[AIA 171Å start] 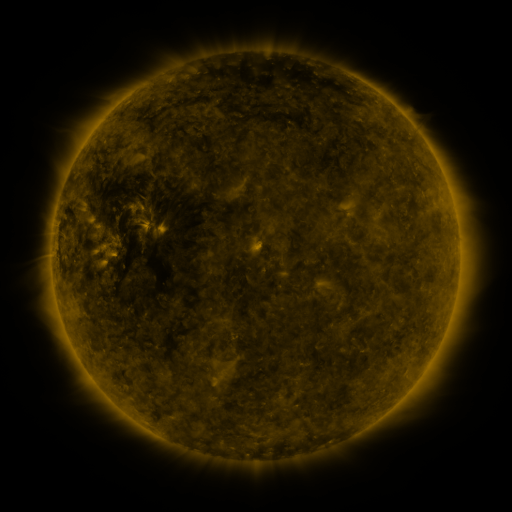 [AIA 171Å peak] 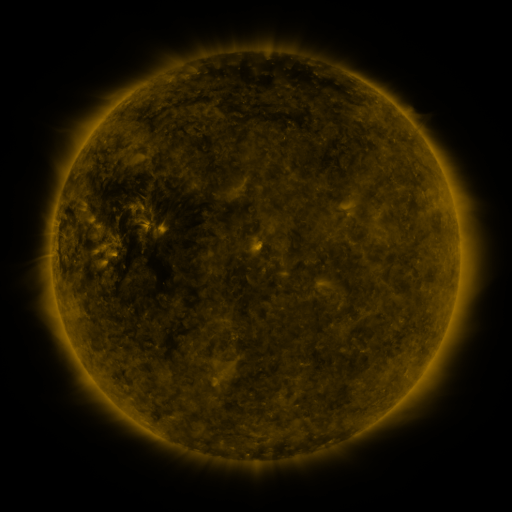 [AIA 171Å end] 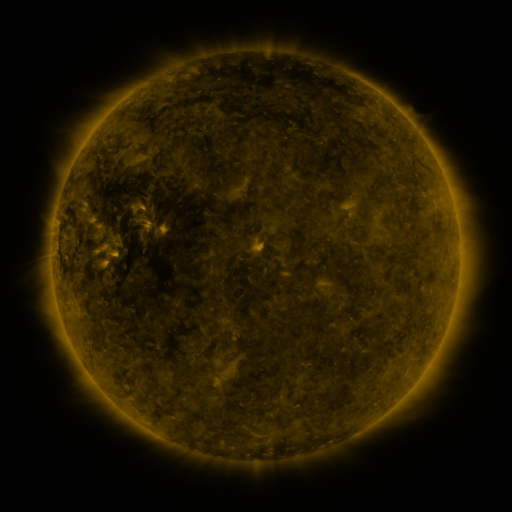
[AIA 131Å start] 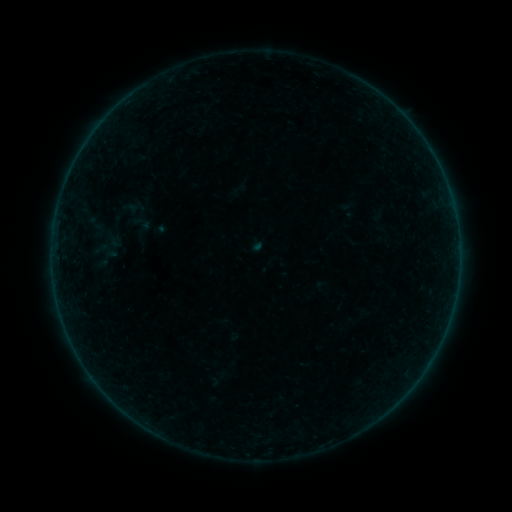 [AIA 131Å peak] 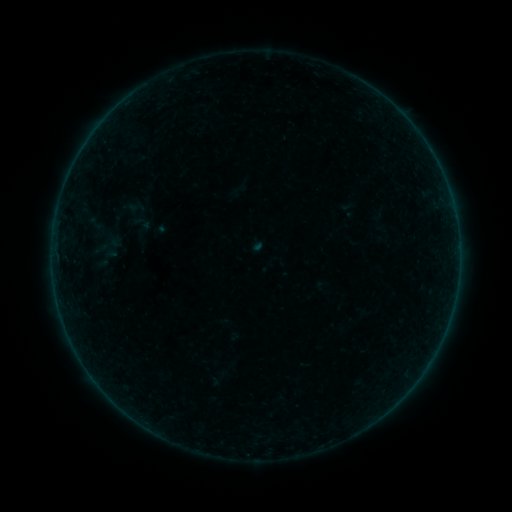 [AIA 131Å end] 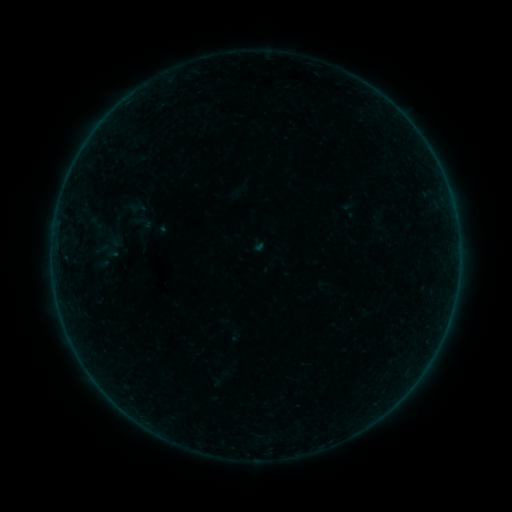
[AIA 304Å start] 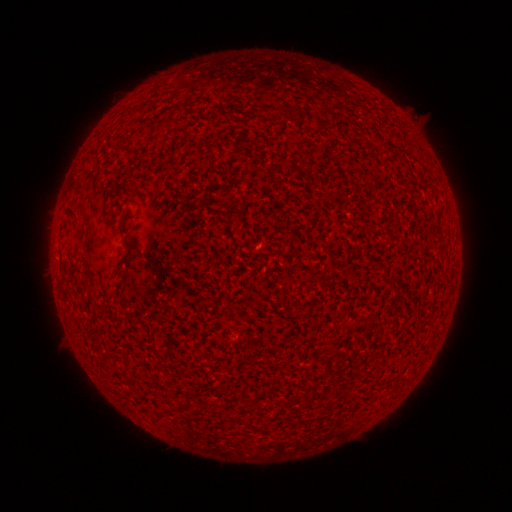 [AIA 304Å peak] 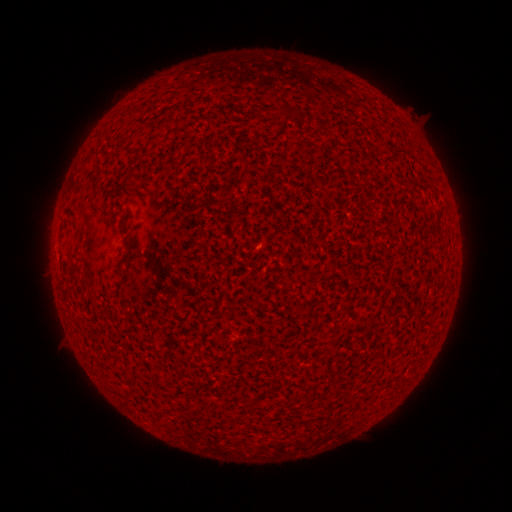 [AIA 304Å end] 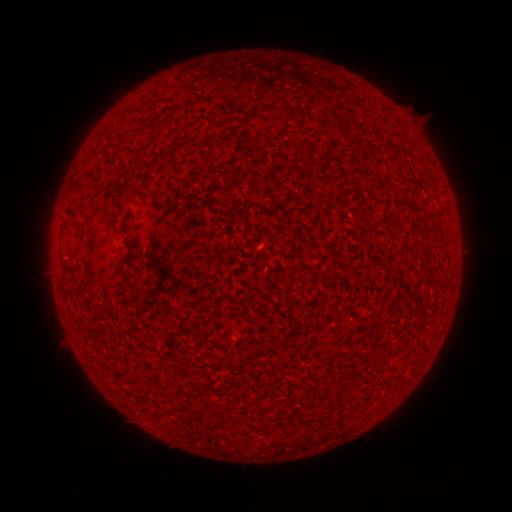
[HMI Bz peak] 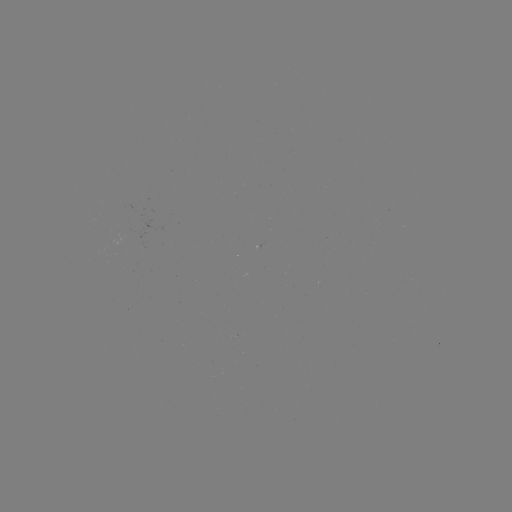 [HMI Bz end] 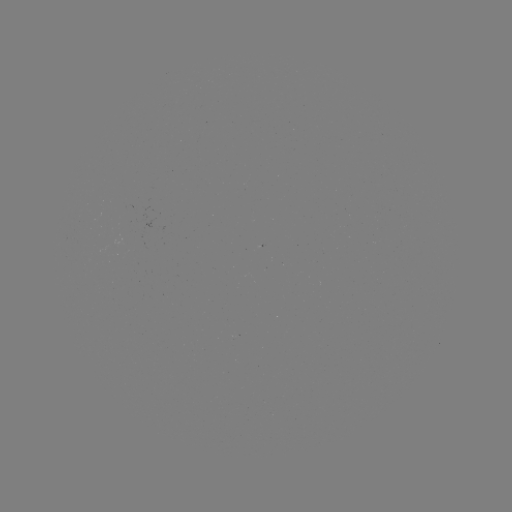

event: flare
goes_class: A7.8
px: (259, 247)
